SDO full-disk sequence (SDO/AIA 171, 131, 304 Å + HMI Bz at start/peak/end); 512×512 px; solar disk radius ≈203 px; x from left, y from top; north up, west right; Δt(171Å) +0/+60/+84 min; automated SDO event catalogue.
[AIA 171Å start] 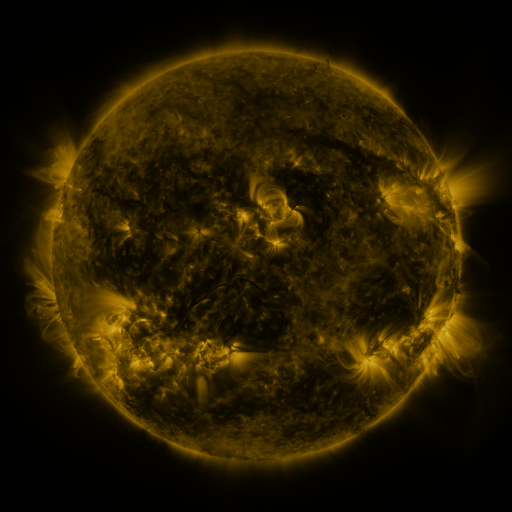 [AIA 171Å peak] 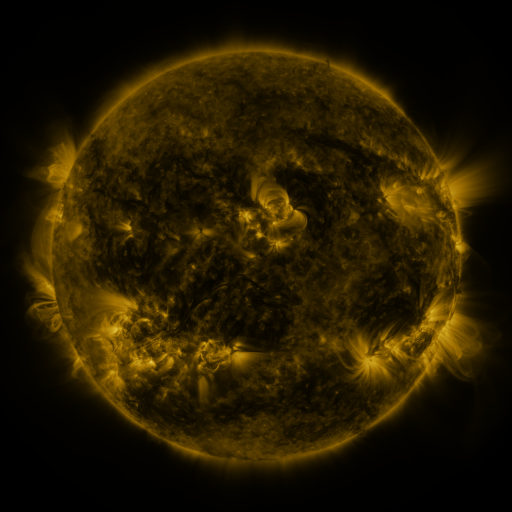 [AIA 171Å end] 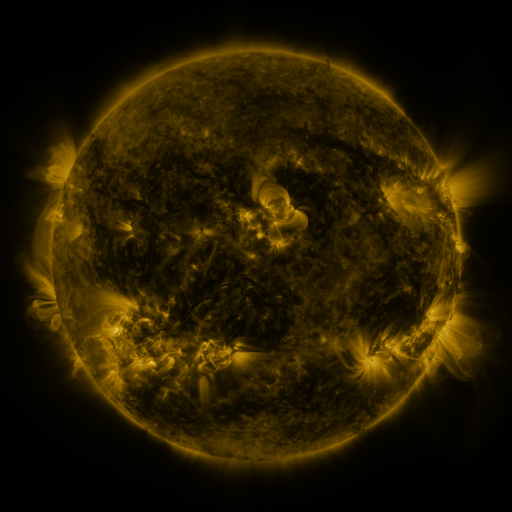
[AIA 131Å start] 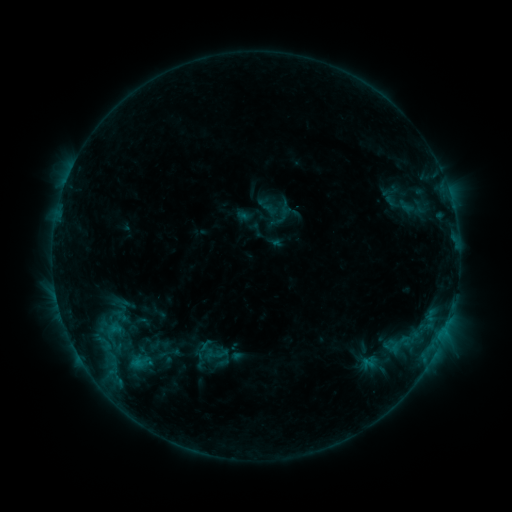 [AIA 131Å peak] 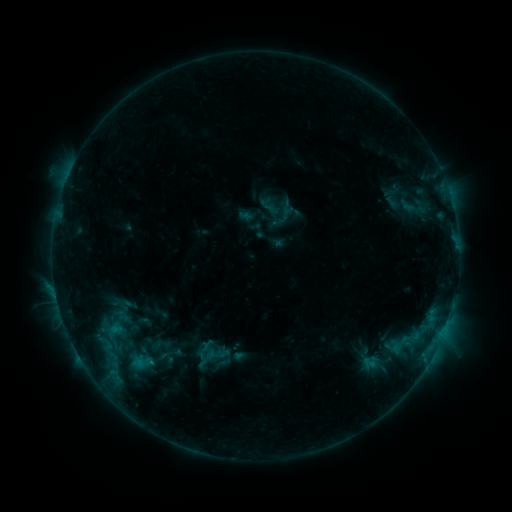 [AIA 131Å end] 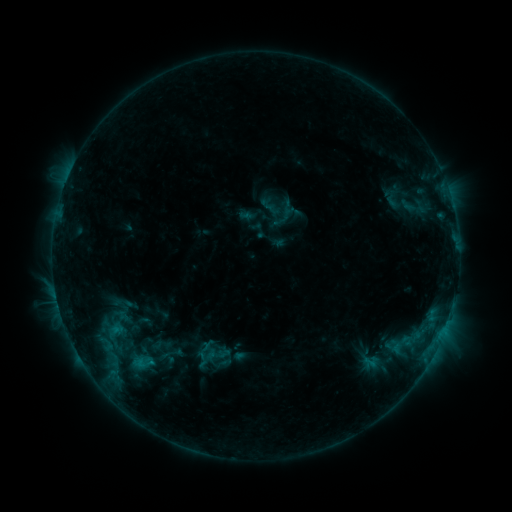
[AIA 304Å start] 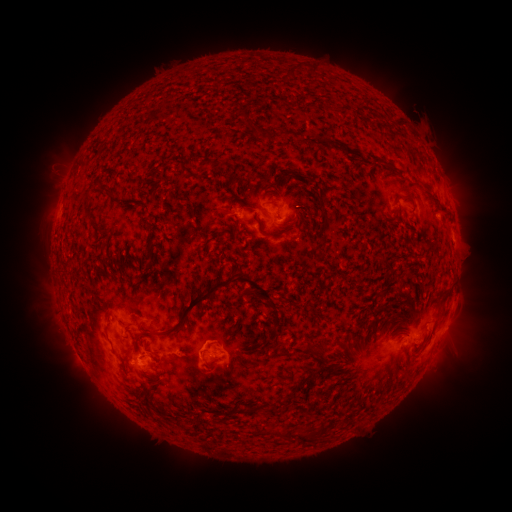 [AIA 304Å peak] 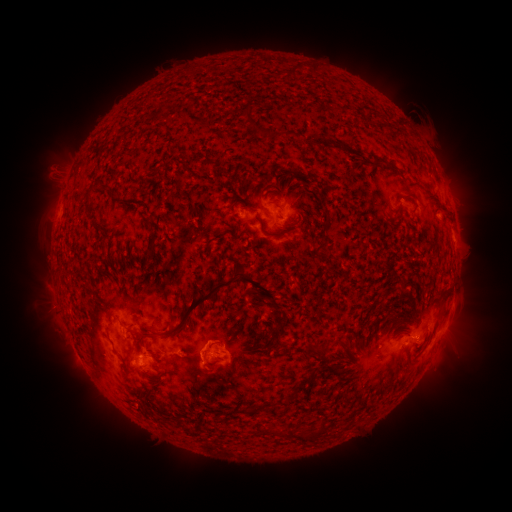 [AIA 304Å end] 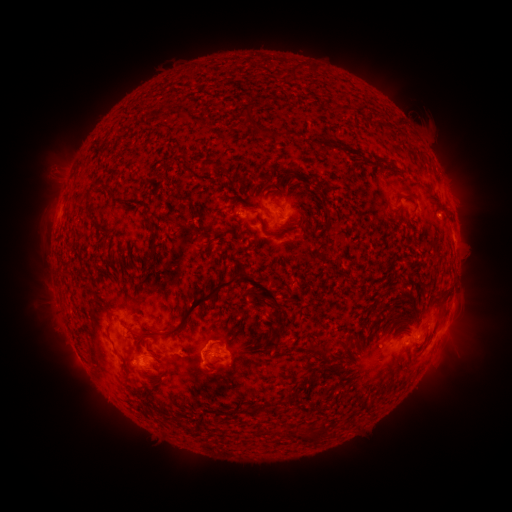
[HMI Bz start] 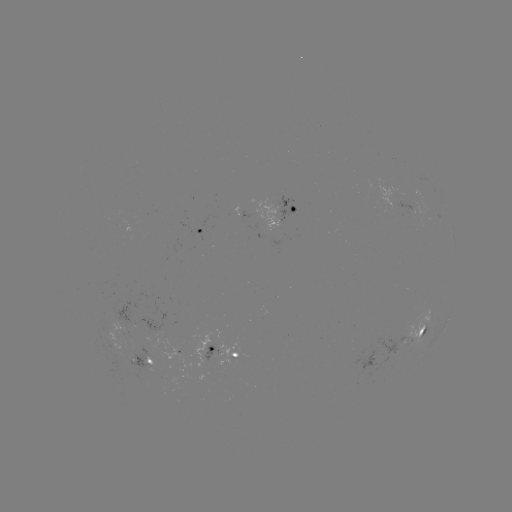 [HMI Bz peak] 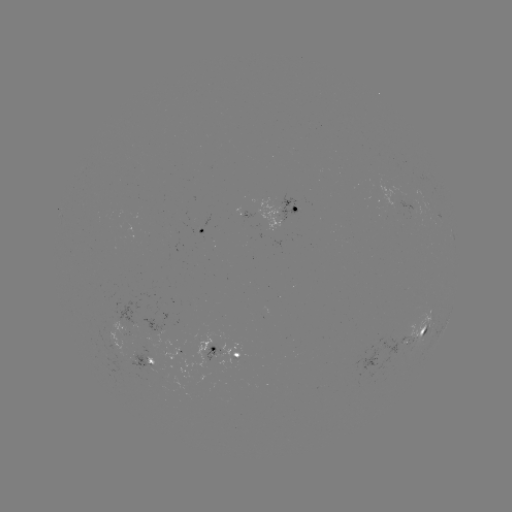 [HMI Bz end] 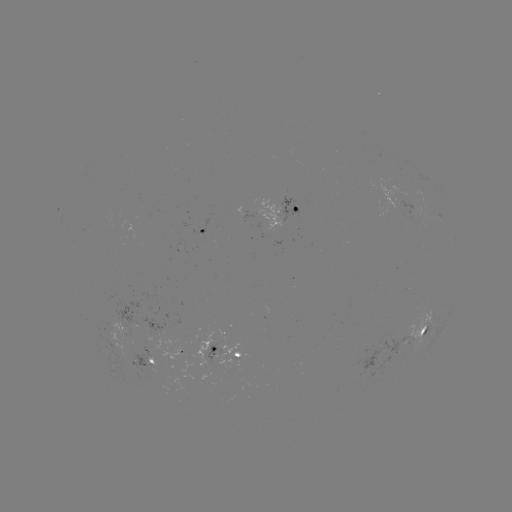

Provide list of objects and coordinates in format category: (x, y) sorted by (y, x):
emerging-flux region: (138, 324)
